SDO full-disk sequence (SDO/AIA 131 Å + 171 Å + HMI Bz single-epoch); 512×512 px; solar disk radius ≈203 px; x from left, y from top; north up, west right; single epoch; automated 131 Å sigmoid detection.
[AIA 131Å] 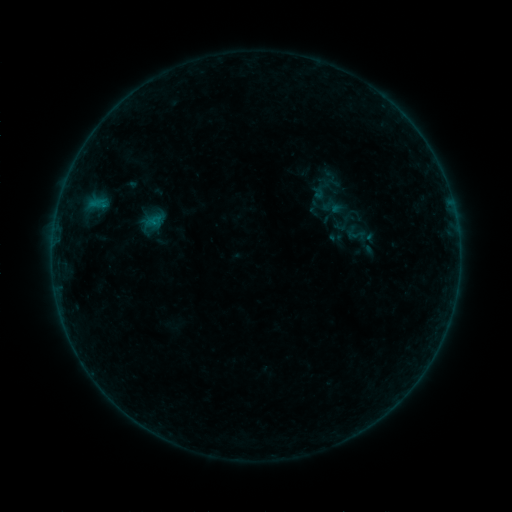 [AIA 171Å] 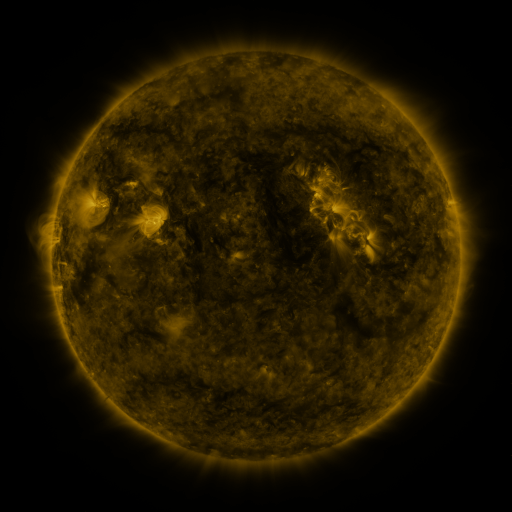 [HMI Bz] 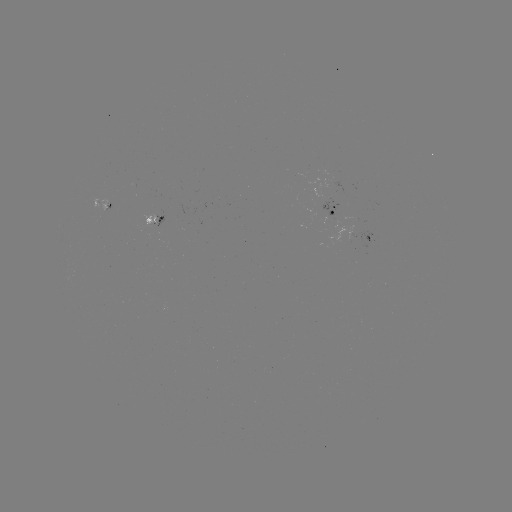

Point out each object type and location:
sigmoid: [331, 210, 355, 235]
sigmoid: [343, 220, 369, 248]
